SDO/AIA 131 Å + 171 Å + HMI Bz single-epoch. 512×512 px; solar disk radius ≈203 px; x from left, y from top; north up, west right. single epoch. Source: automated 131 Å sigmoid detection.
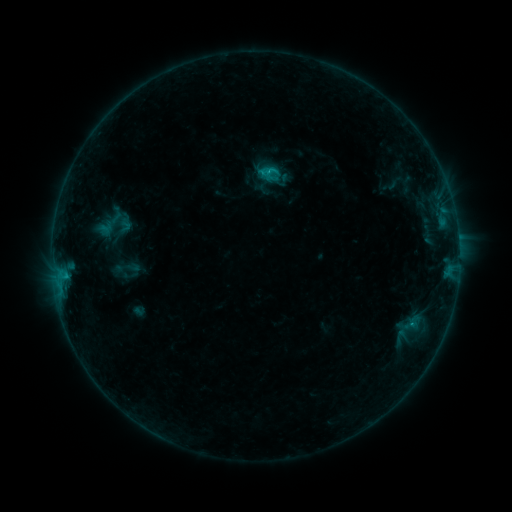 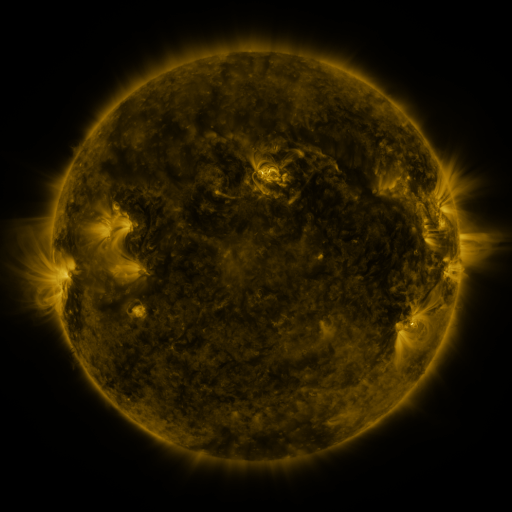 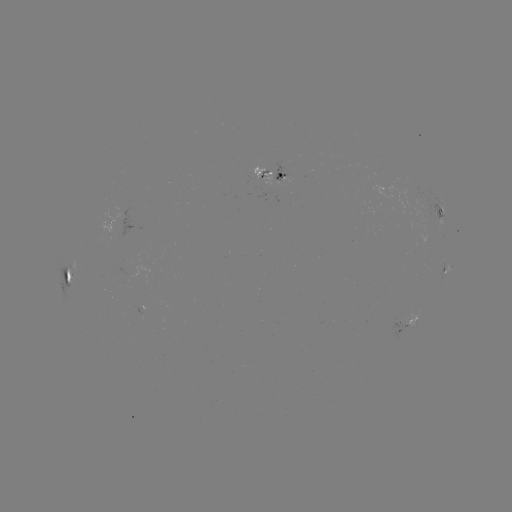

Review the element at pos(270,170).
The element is sigmoid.